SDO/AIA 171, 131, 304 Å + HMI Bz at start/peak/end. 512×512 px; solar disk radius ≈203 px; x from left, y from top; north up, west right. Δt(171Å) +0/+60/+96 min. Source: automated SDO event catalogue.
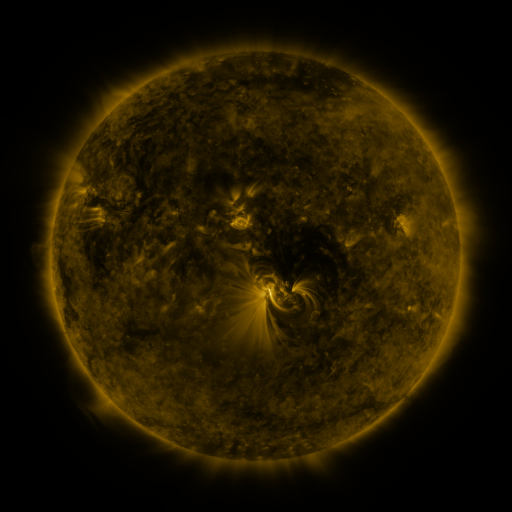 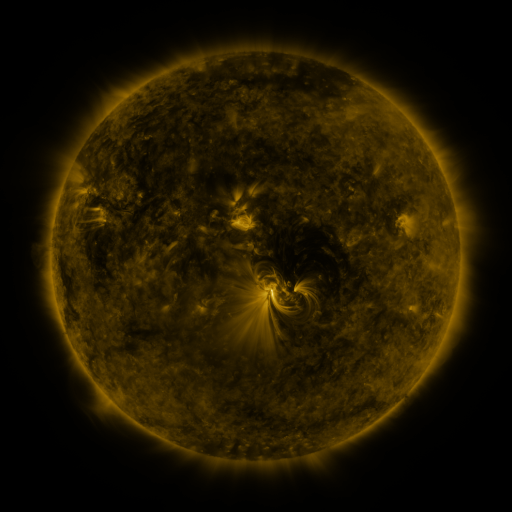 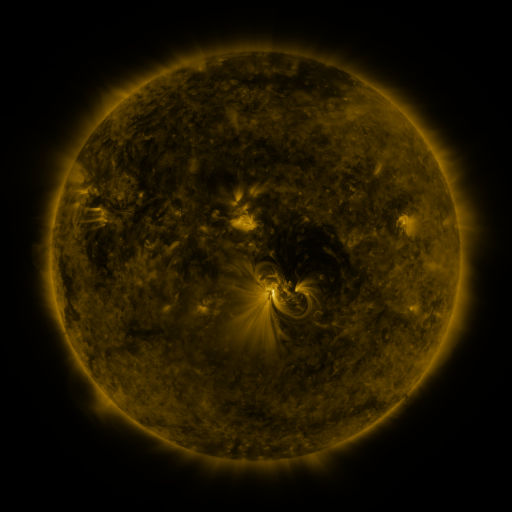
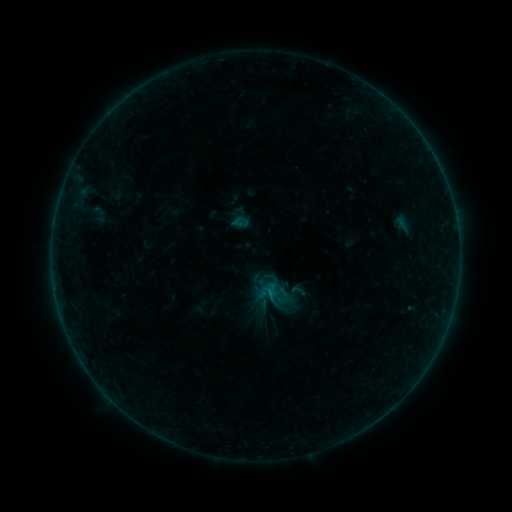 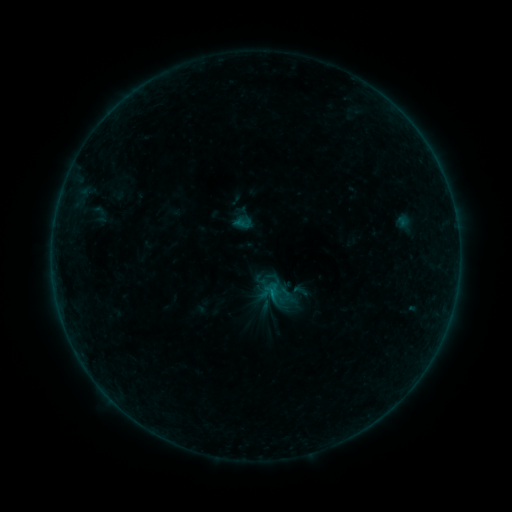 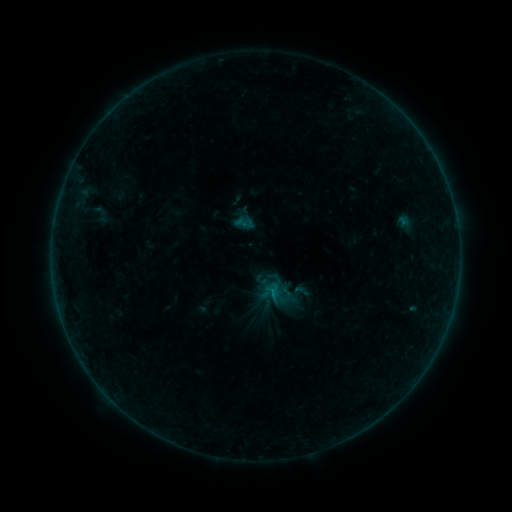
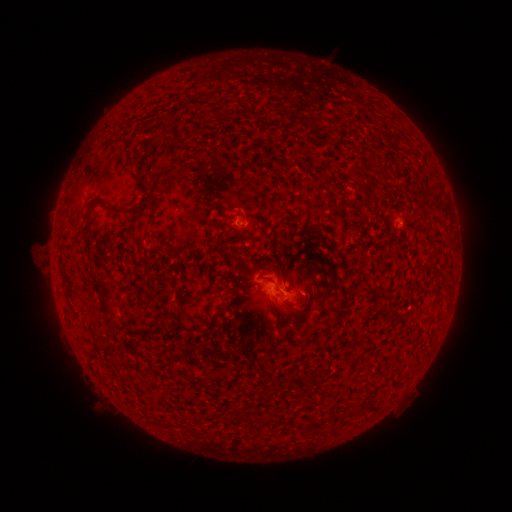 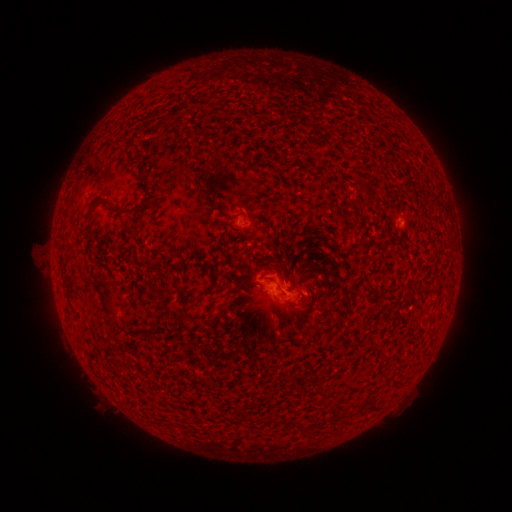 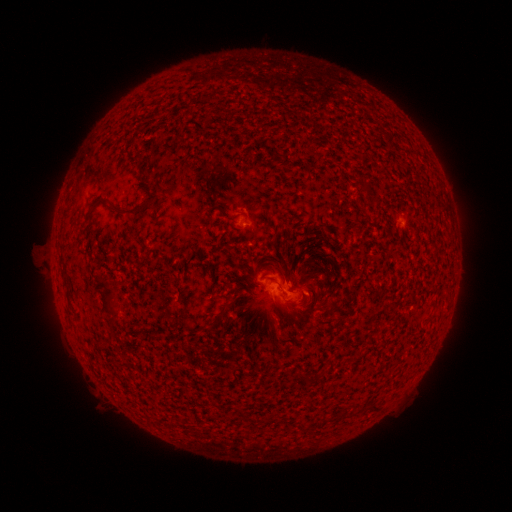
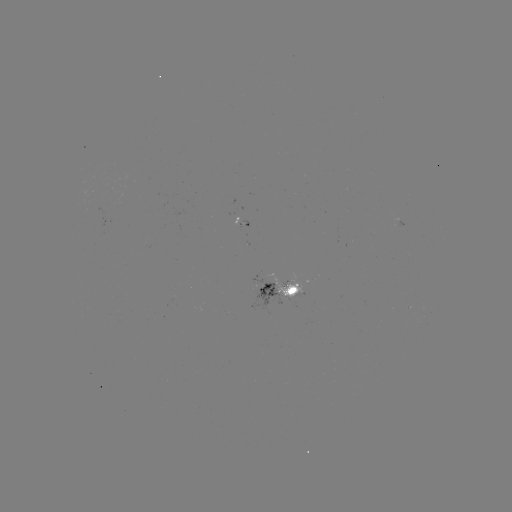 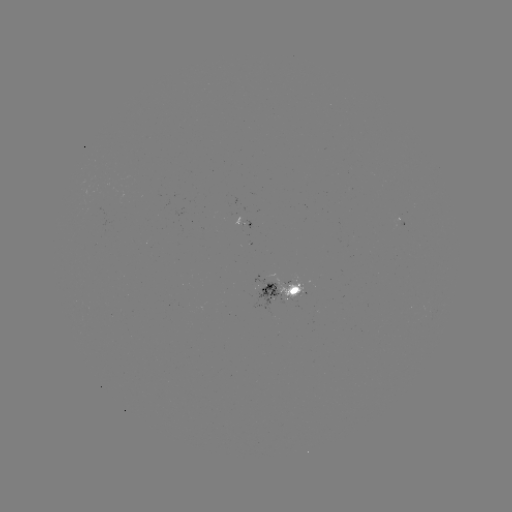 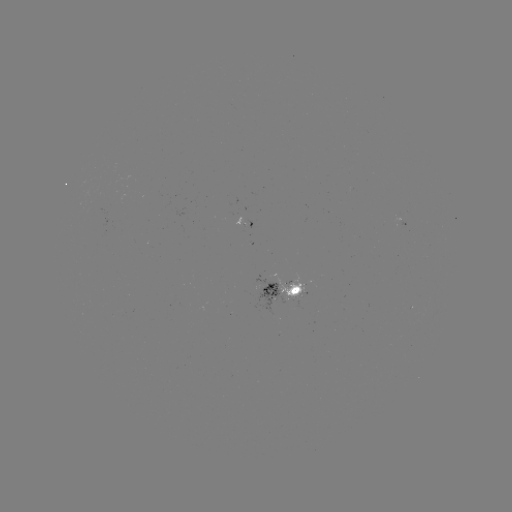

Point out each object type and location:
emerging-flux region: (296, 292)
